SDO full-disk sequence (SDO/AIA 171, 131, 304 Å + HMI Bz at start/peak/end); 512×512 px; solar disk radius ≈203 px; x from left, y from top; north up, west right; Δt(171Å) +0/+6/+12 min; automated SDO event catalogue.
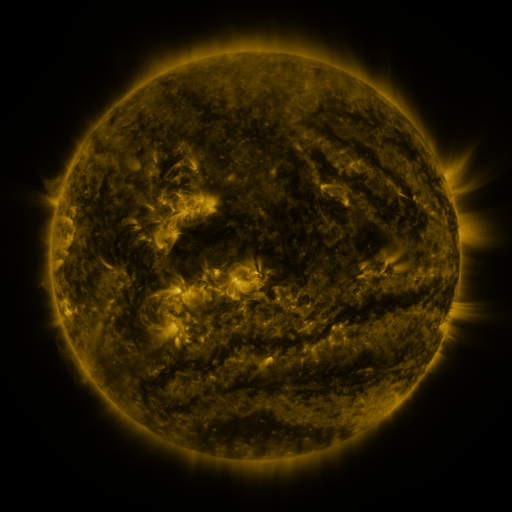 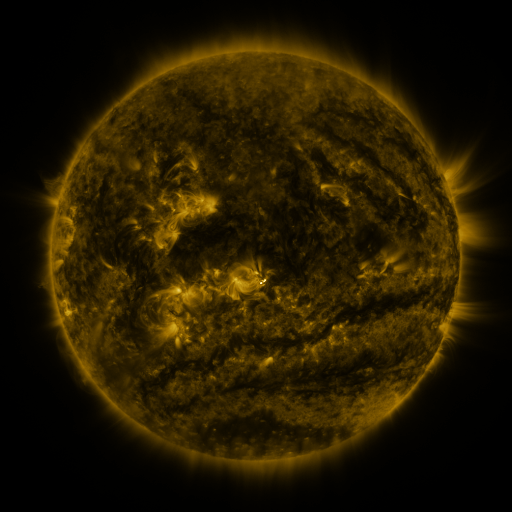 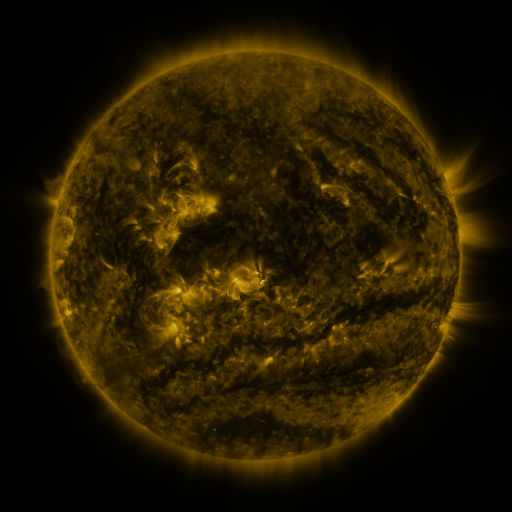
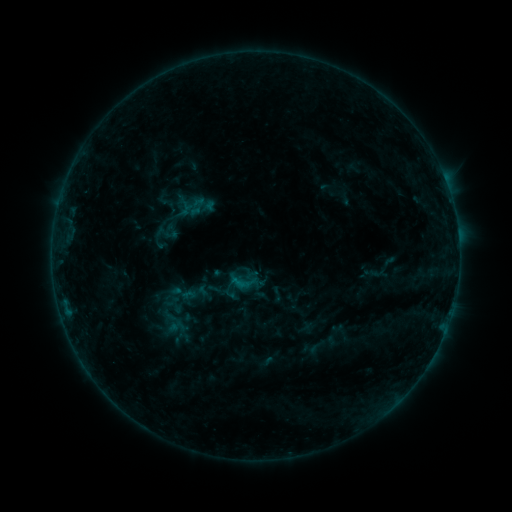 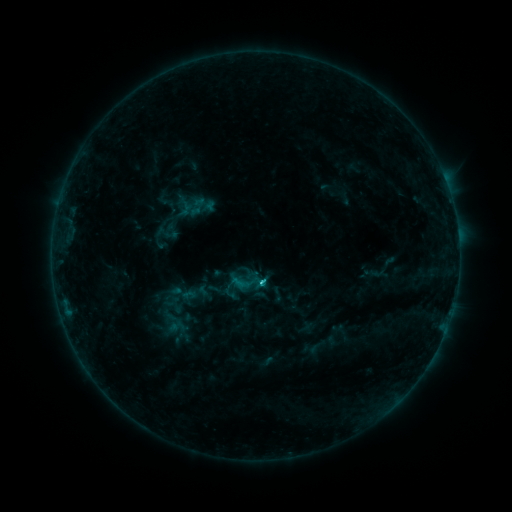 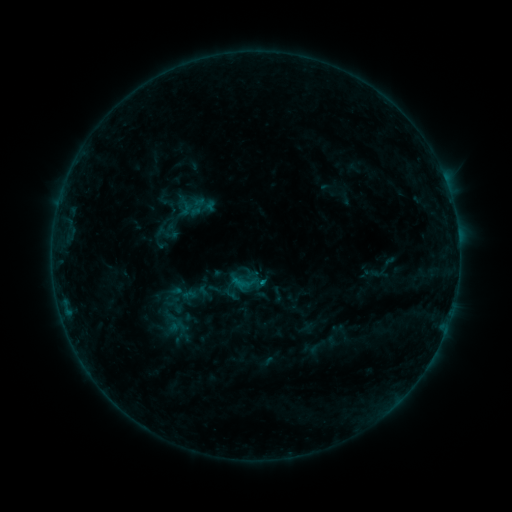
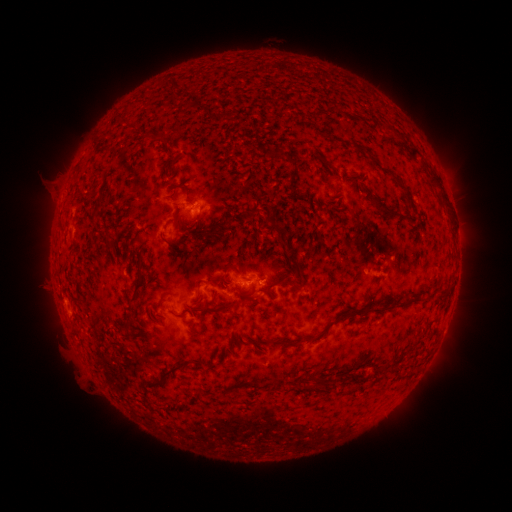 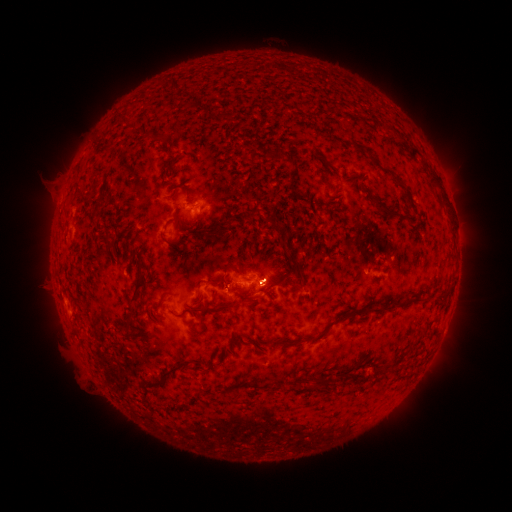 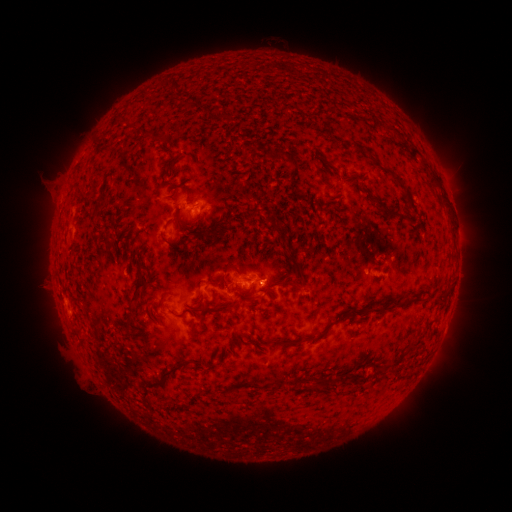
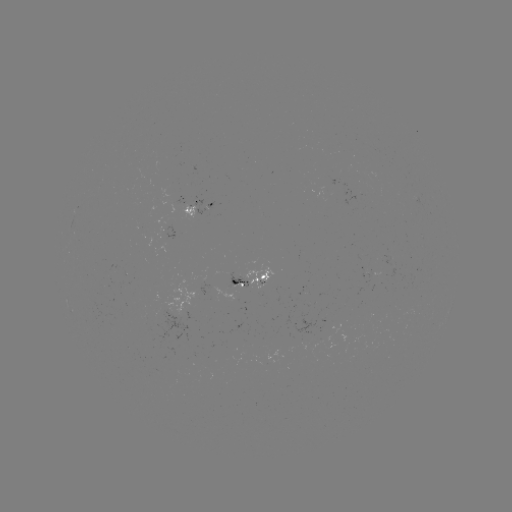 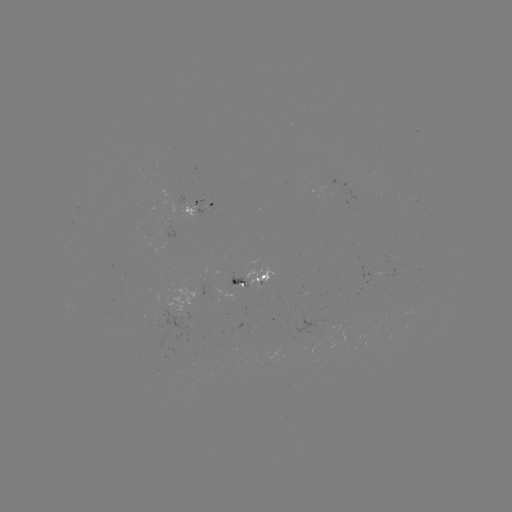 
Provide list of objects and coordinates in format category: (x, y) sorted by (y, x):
C1.0 flare: (259, 280)
